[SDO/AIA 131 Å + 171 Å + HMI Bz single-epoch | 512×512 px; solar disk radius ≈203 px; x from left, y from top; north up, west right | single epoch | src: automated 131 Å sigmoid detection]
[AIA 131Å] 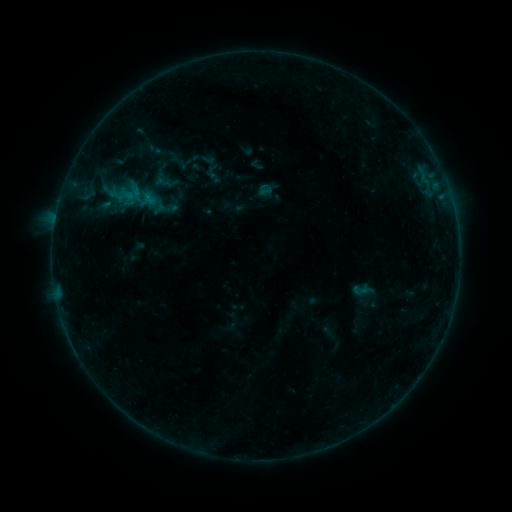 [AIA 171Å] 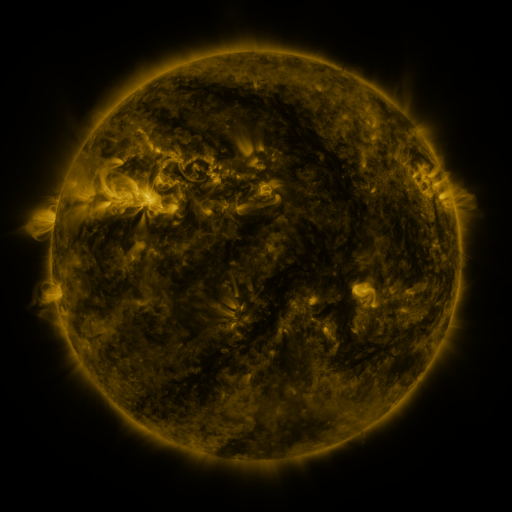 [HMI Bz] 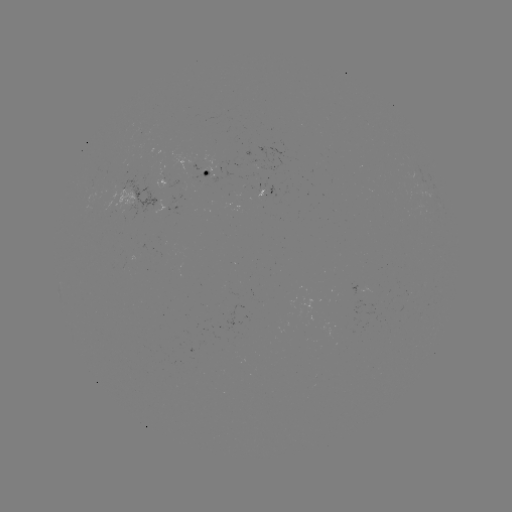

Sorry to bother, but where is sigmoid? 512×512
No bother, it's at [265, 190].